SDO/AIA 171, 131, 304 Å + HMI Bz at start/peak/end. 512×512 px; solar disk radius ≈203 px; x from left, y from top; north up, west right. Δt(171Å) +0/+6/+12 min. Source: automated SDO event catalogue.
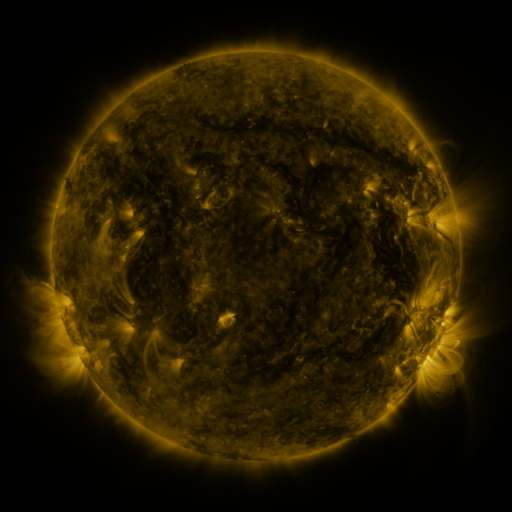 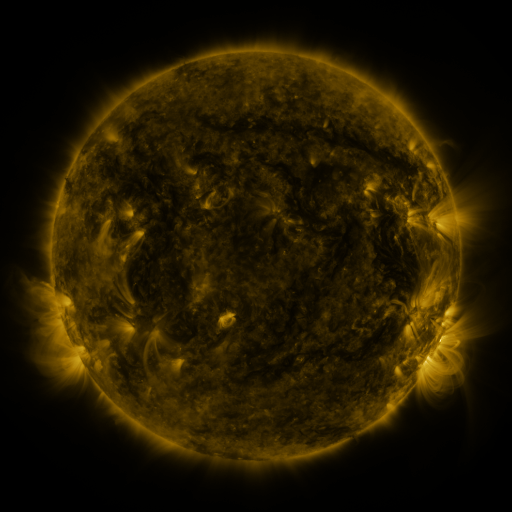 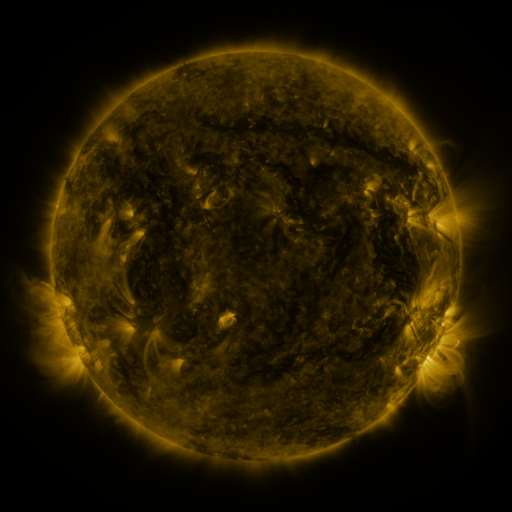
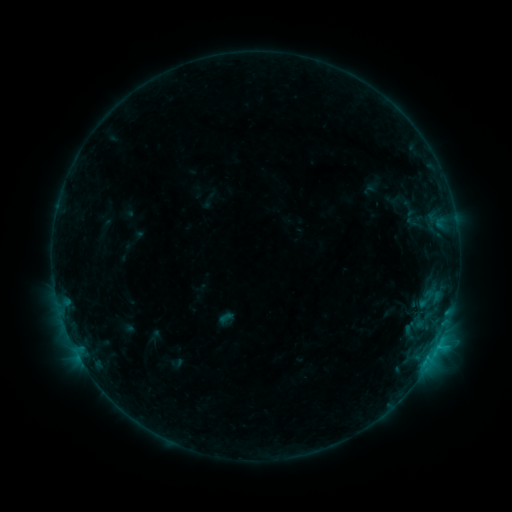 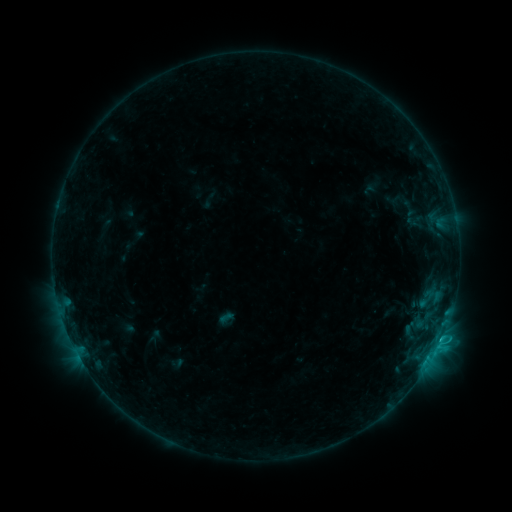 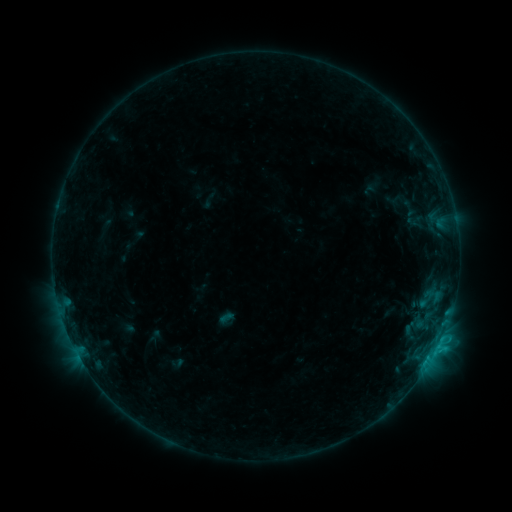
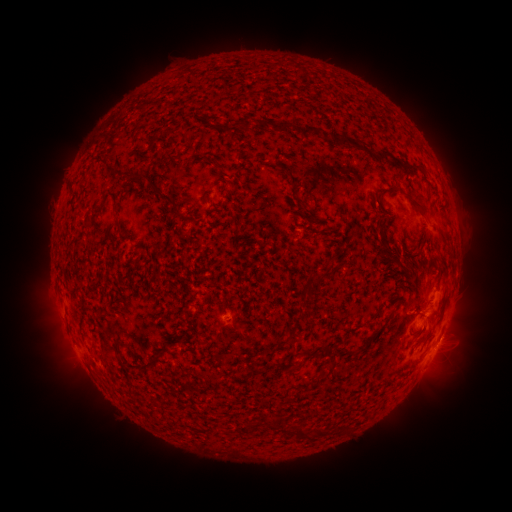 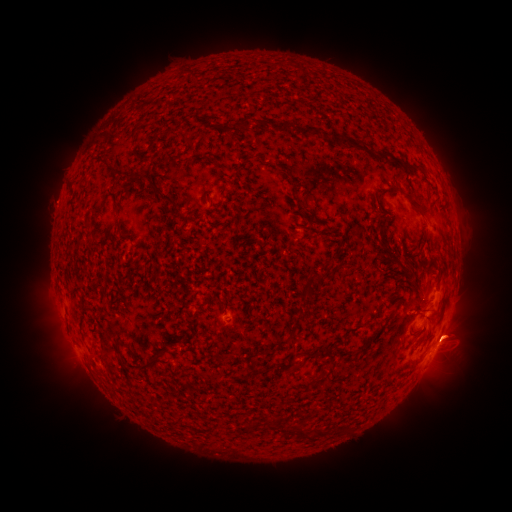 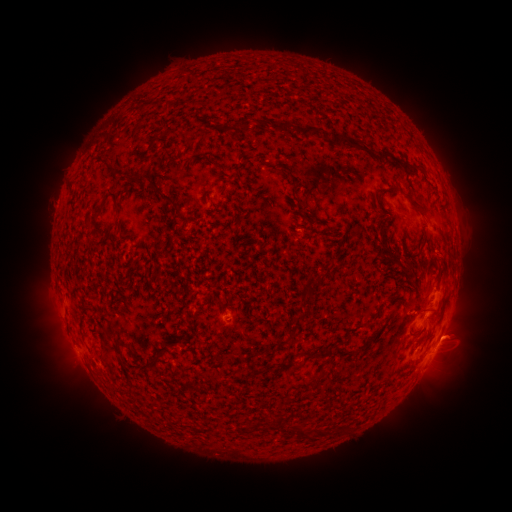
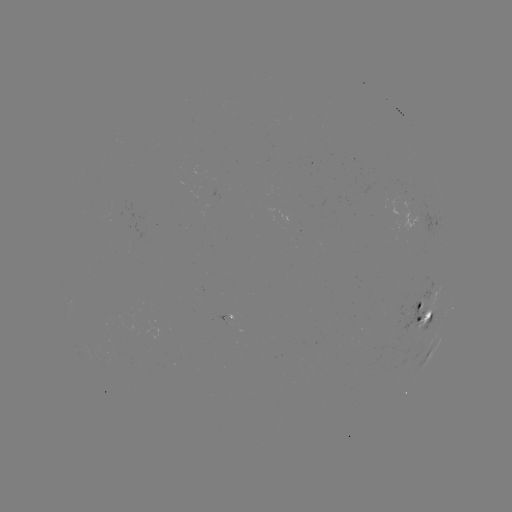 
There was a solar eruption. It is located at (456, 335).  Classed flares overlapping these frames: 1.